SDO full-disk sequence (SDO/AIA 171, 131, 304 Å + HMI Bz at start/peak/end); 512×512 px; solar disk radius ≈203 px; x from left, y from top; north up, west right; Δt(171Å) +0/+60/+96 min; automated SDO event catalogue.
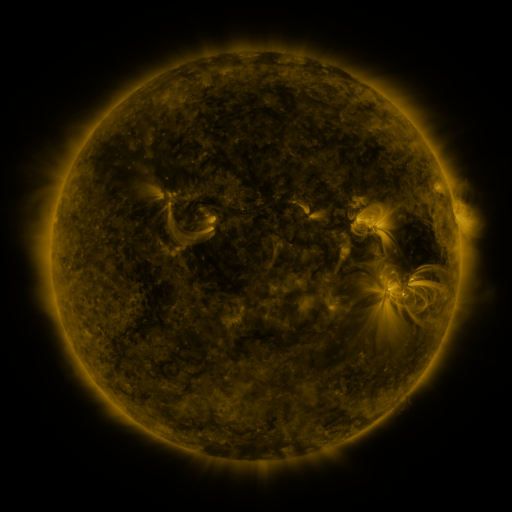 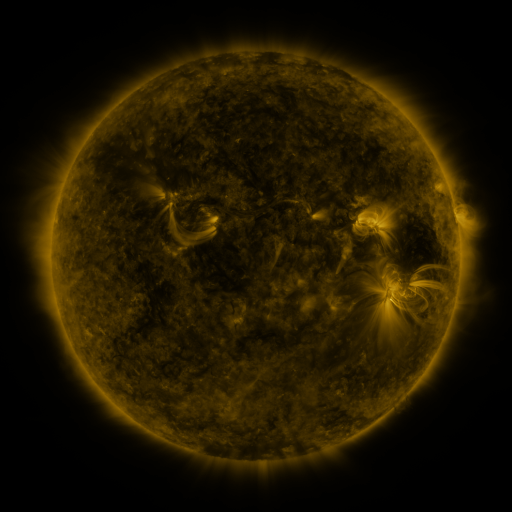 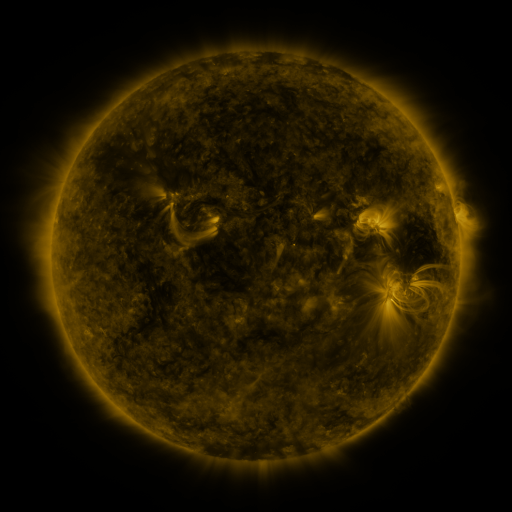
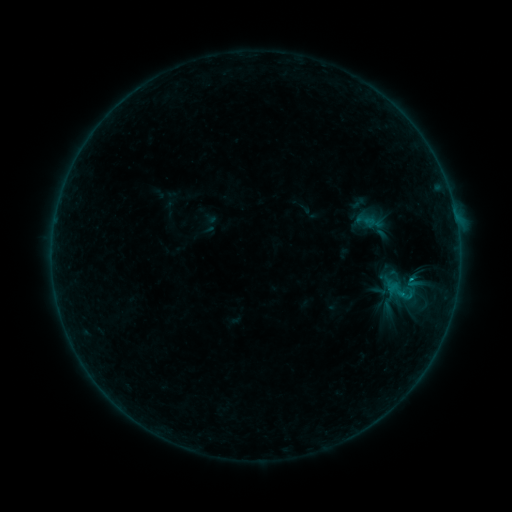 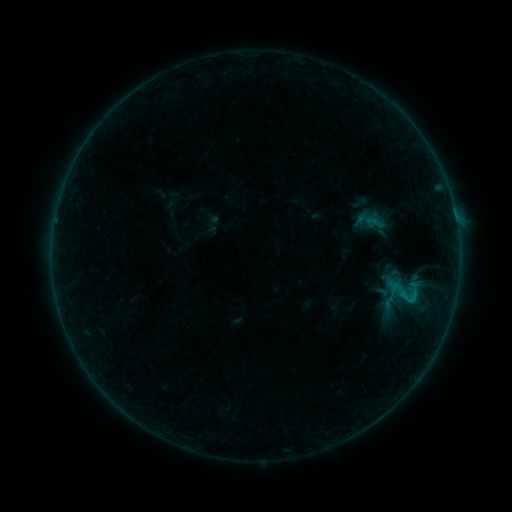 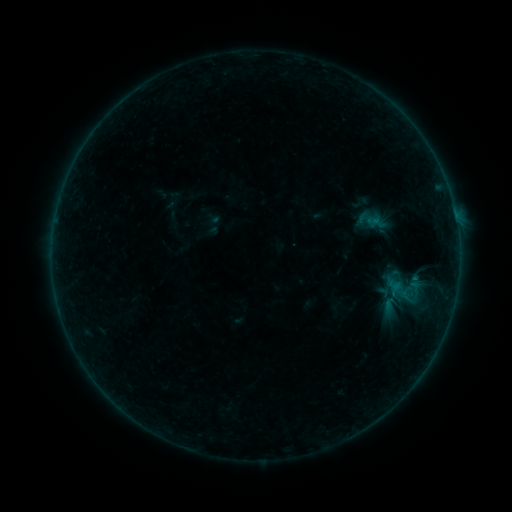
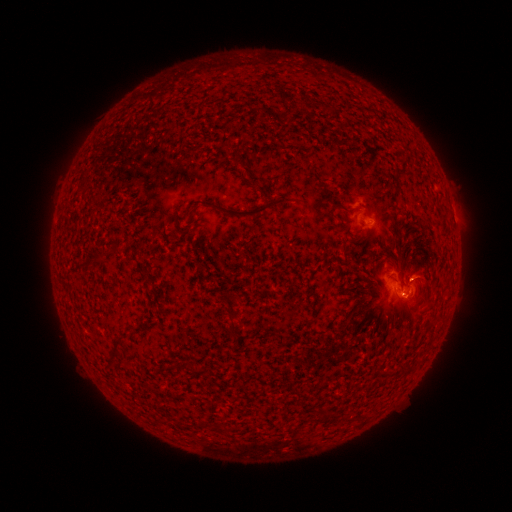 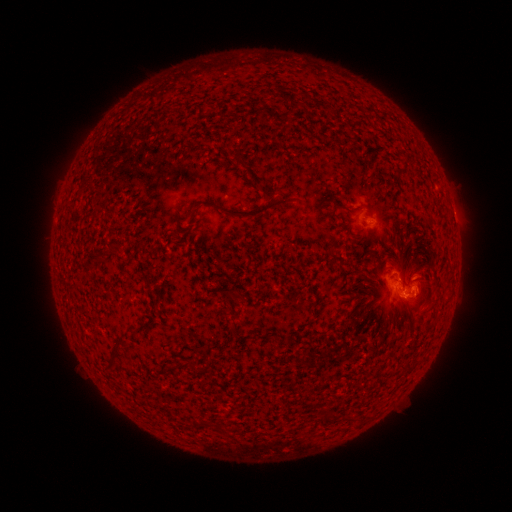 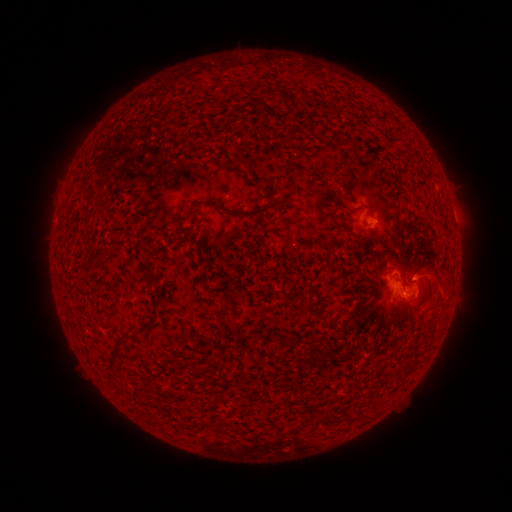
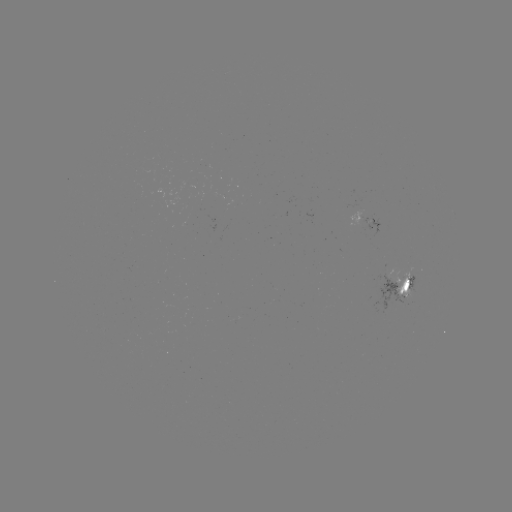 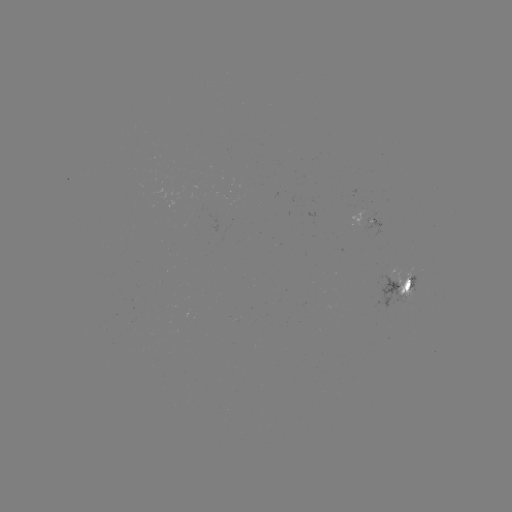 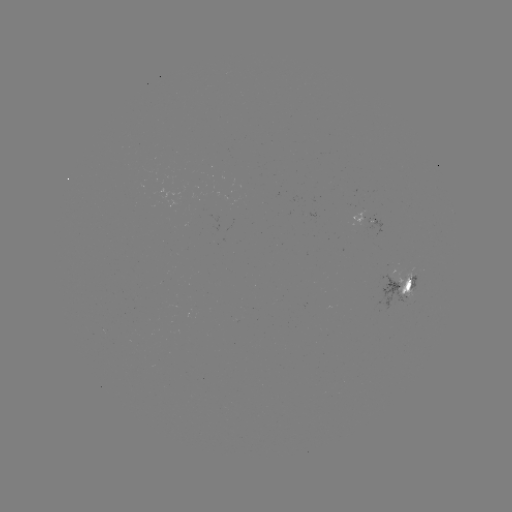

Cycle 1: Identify emerging-flux region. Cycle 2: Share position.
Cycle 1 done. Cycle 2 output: [413, 274].